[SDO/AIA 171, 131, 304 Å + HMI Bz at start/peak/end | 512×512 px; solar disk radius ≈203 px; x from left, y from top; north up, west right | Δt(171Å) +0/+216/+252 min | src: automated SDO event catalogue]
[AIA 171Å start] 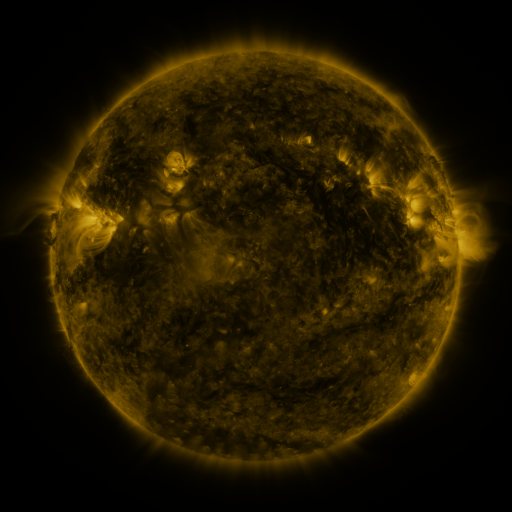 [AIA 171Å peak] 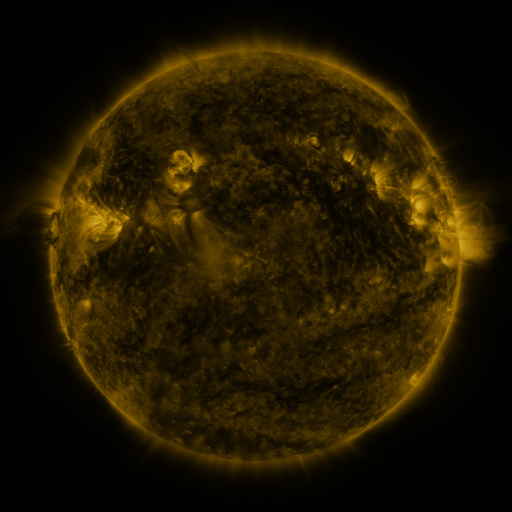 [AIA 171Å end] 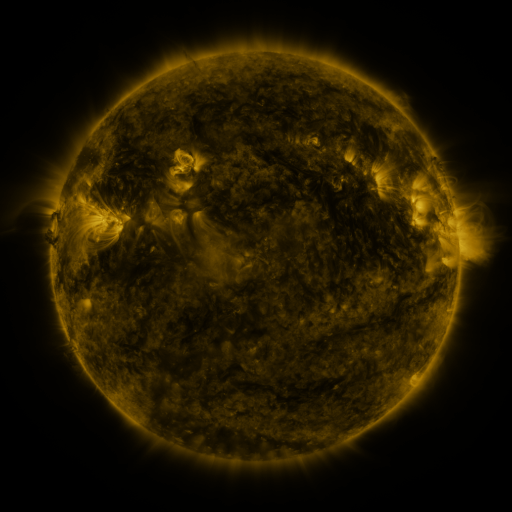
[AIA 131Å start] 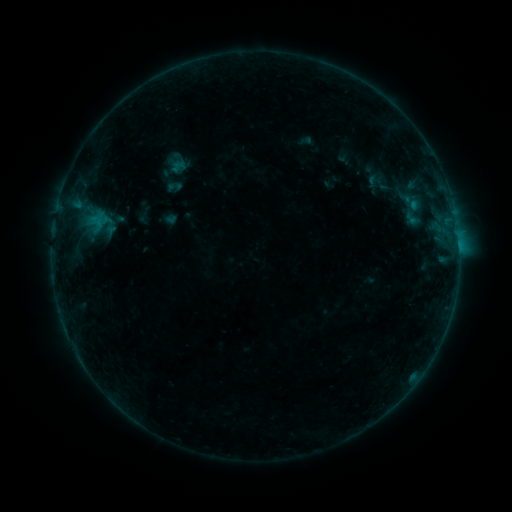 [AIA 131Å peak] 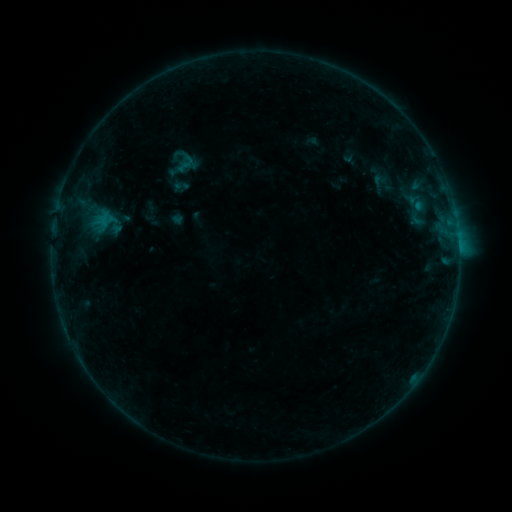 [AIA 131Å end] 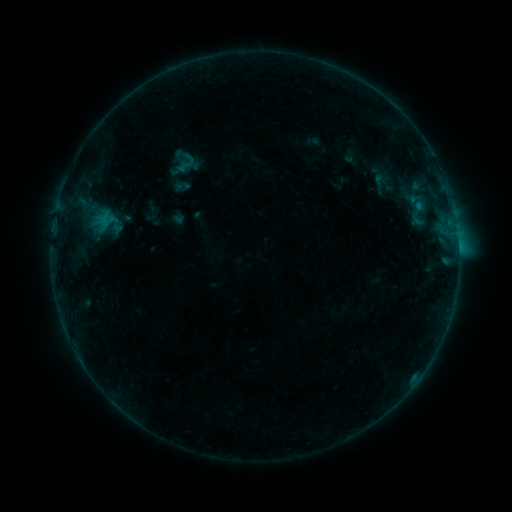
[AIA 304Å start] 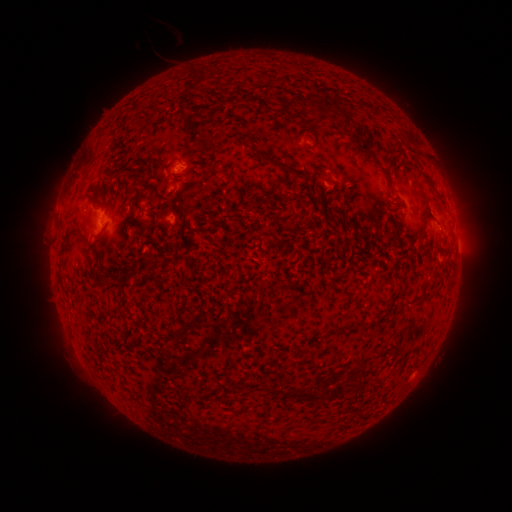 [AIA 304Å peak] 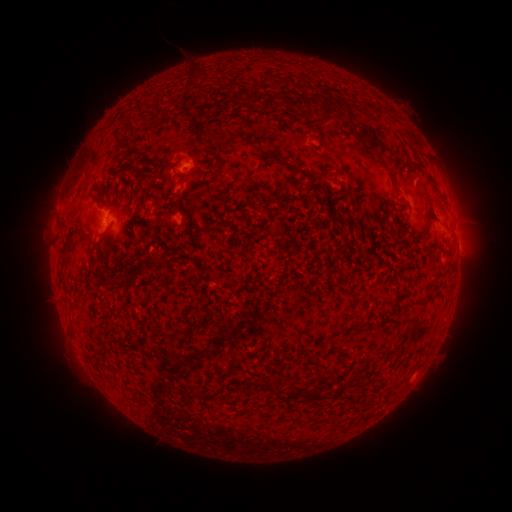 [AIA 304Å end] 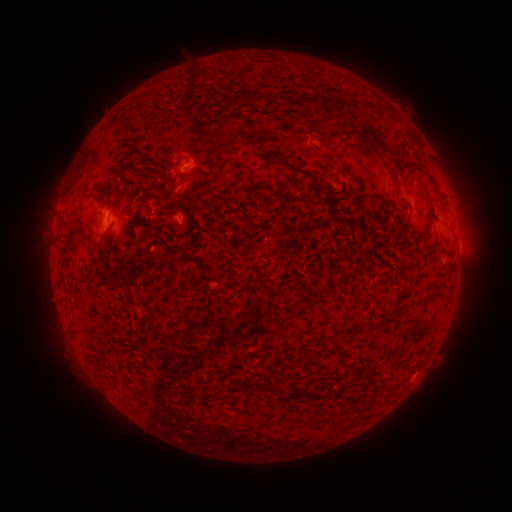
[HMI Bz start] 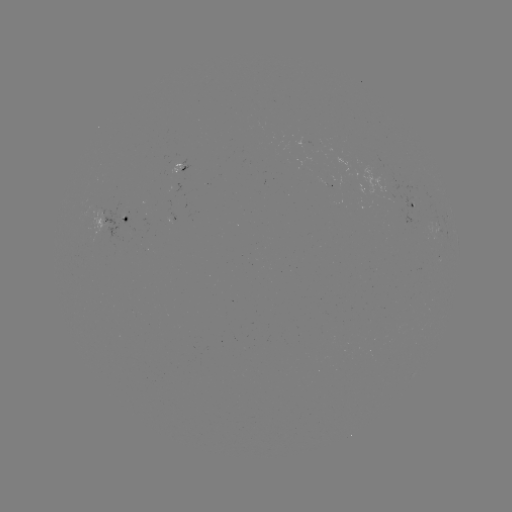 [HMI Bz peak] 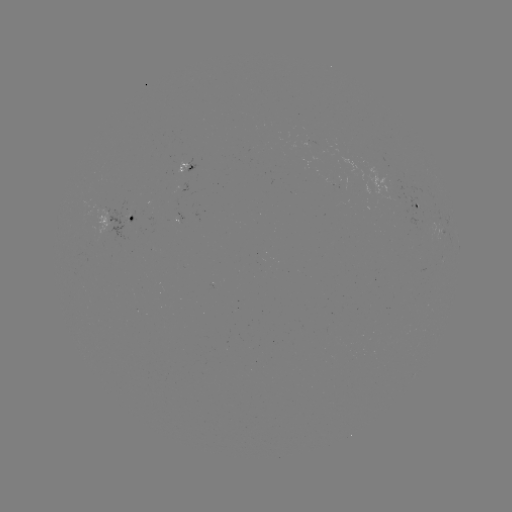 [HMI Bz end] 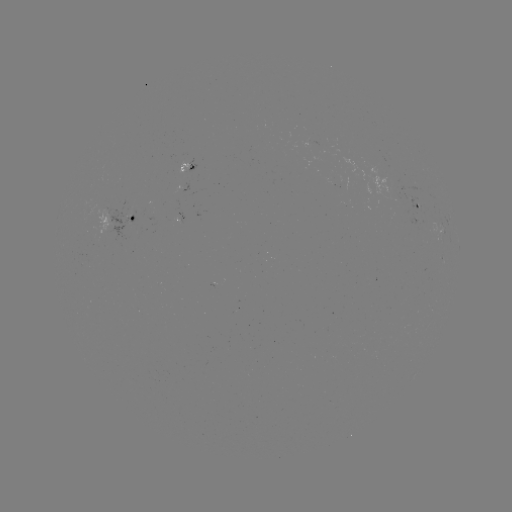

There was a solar emerging-flux region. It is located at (318, 146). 